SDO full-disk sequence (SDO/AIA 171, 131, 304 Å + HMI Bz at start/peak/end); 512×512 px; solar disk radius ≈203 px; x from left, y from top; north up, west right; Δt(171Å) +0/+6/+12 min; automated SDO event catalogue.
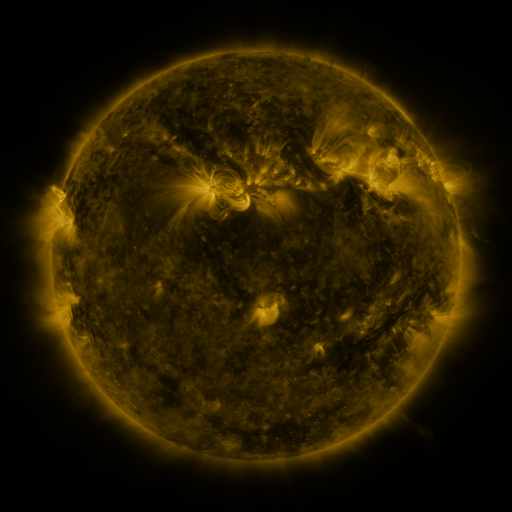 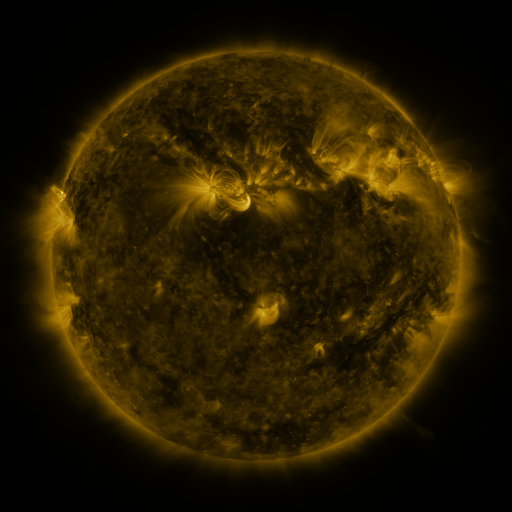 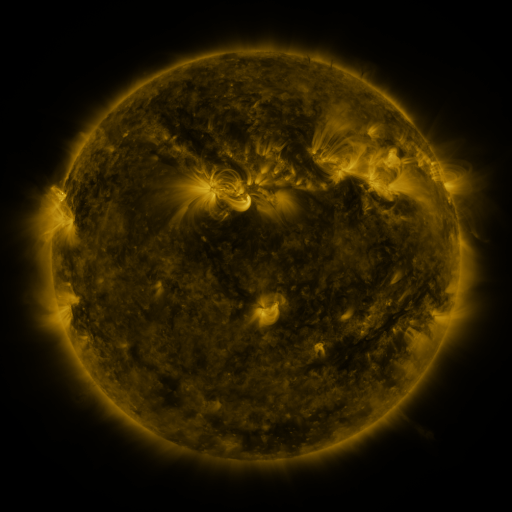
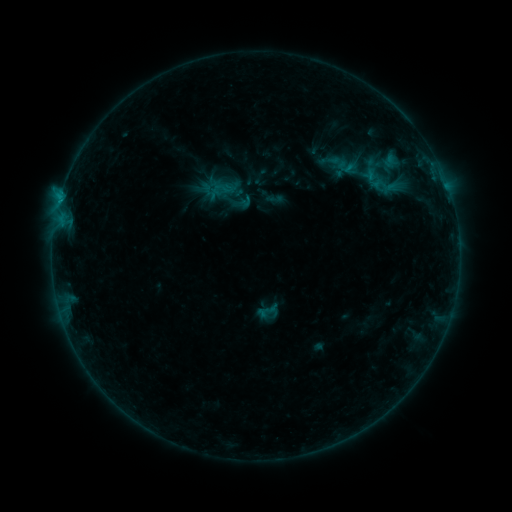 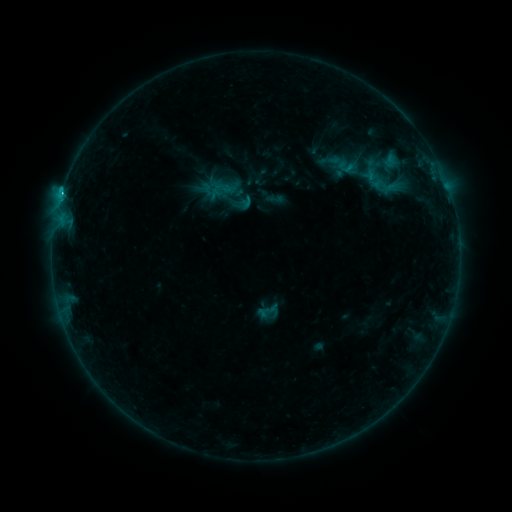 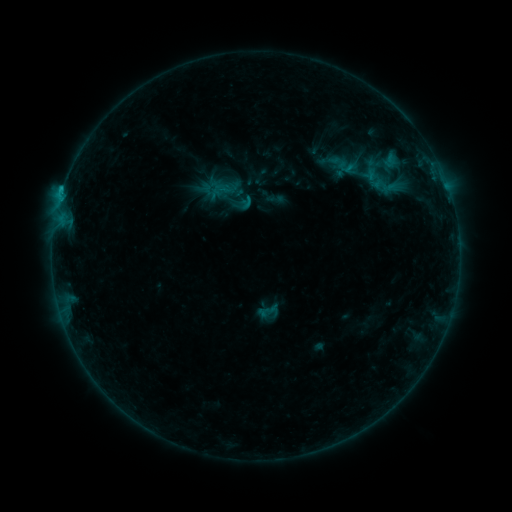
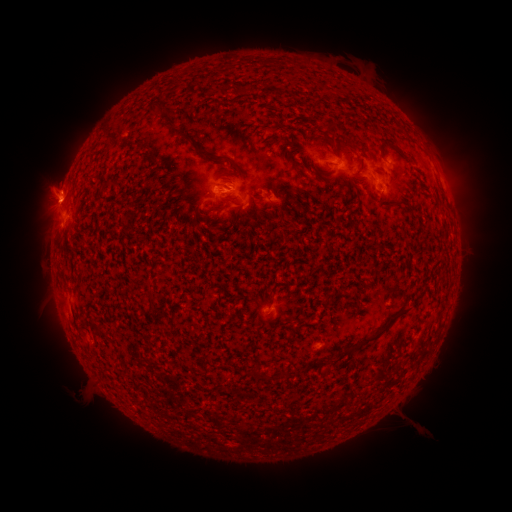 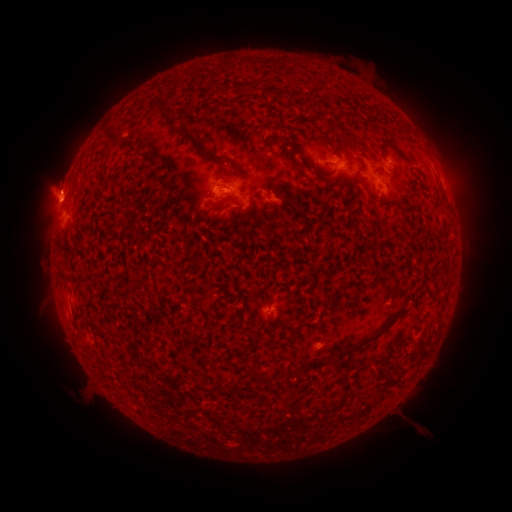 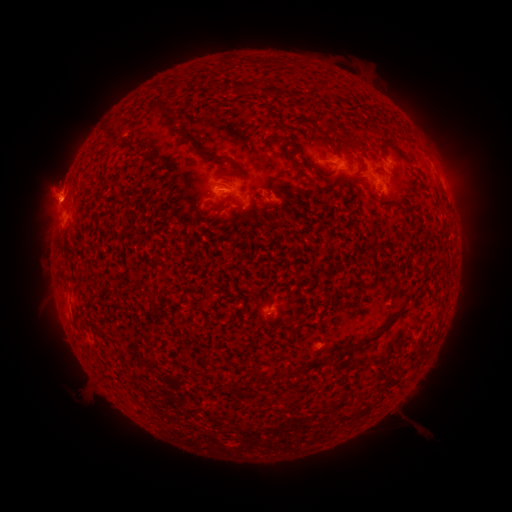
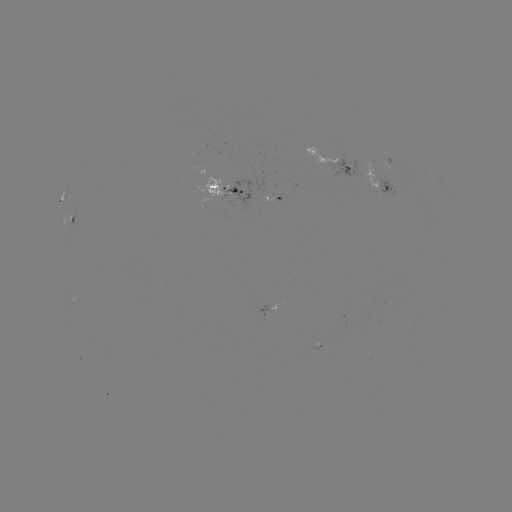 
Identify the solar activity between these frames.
C1.2 flare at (61, 195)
